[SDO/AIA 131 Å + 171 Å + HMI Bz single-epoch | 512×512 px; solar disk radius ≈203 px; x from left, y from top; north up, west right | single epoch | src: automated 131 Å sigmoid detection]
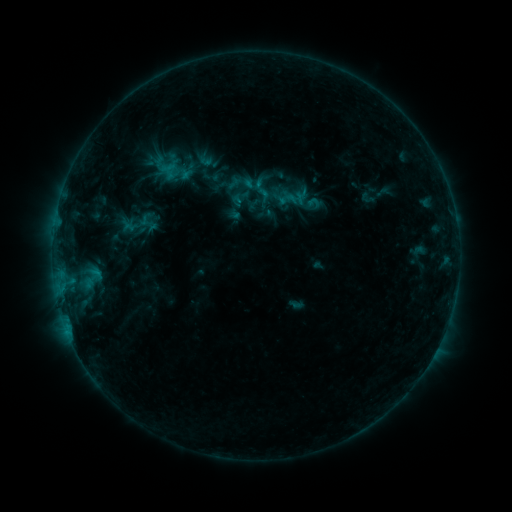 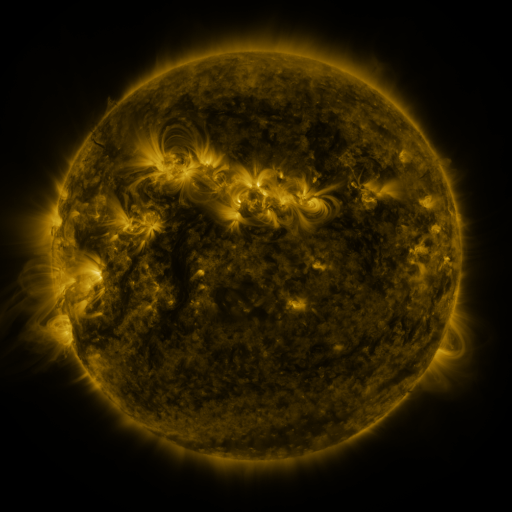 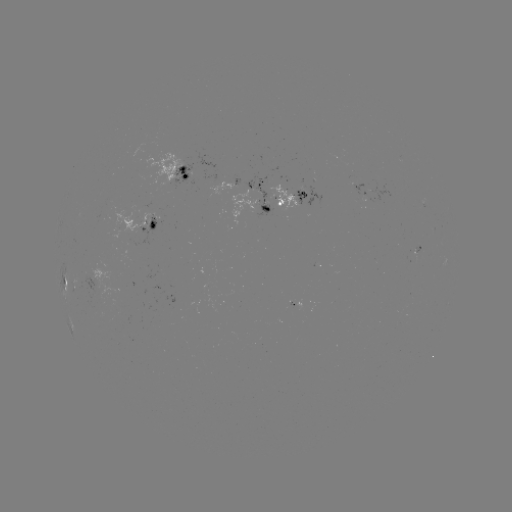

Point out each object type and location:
sigmoid: <bbox>305, 195, 322, 212</bbox>
